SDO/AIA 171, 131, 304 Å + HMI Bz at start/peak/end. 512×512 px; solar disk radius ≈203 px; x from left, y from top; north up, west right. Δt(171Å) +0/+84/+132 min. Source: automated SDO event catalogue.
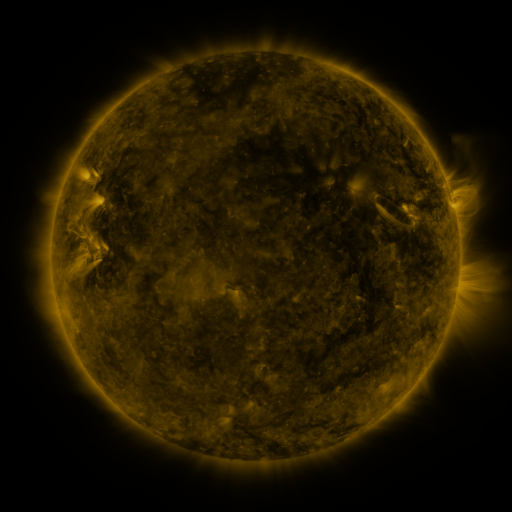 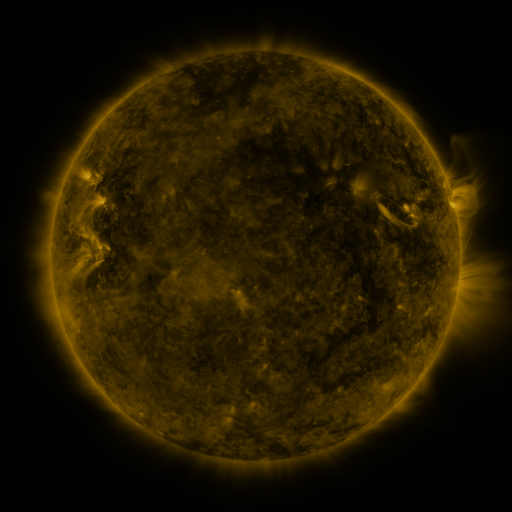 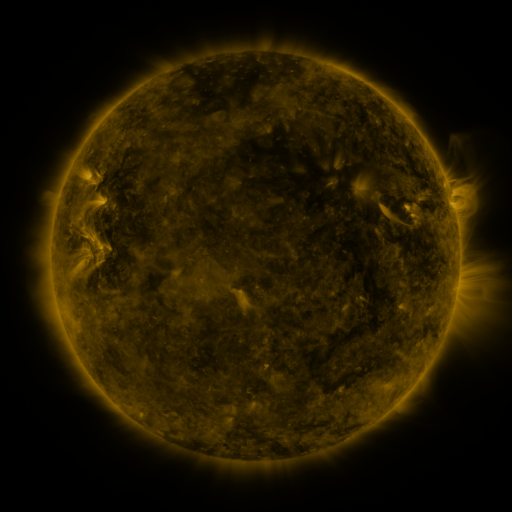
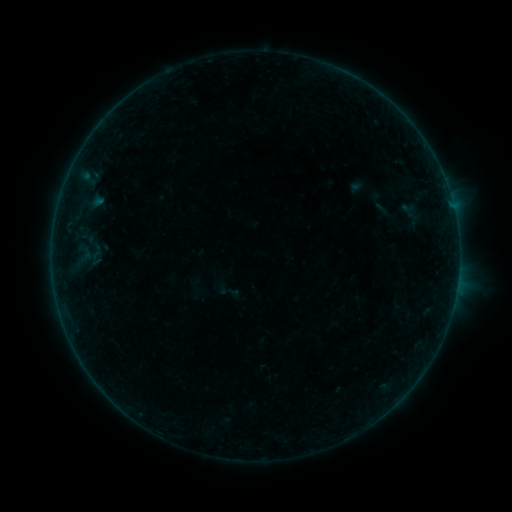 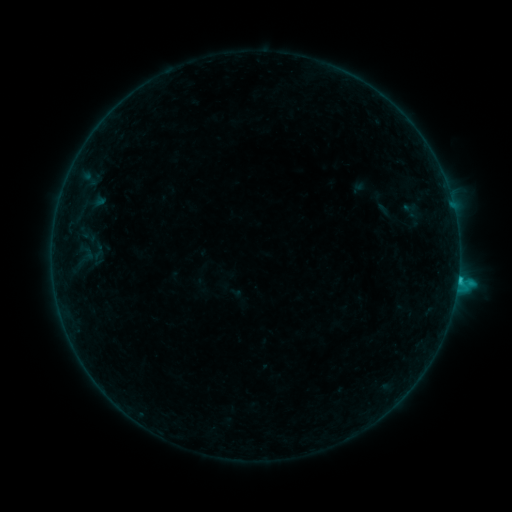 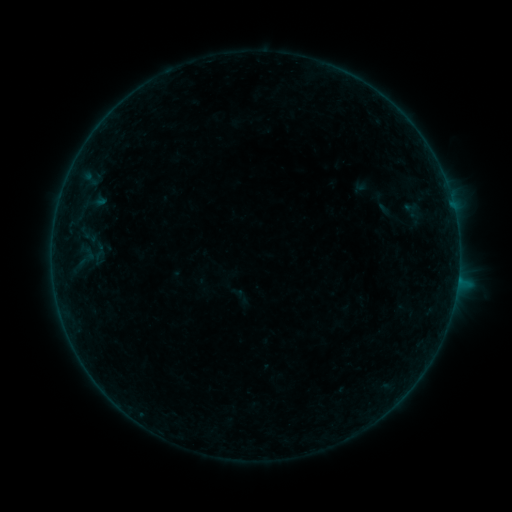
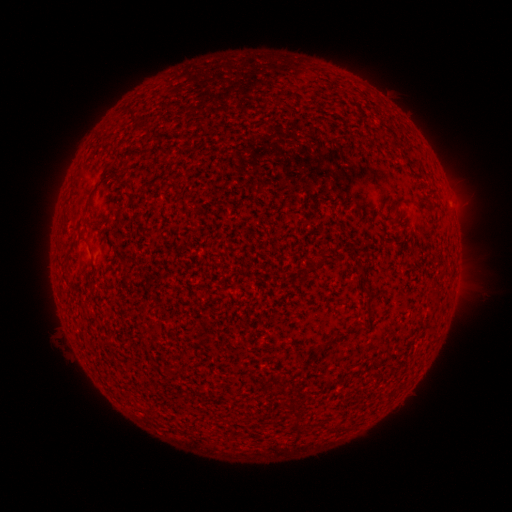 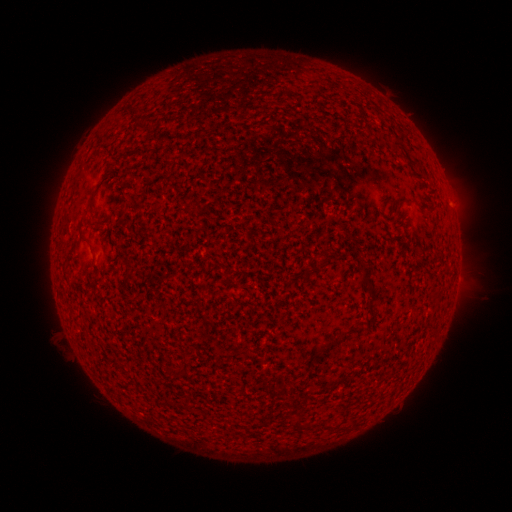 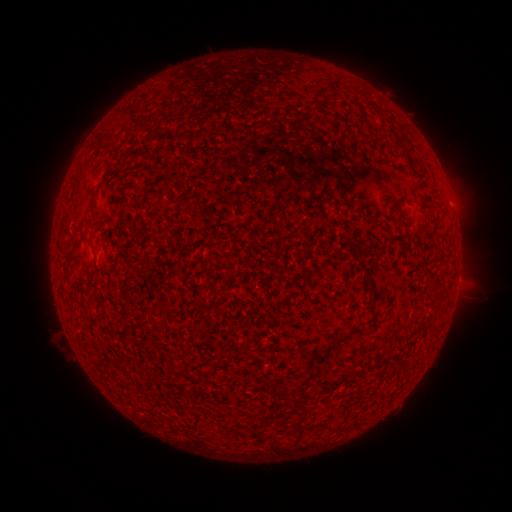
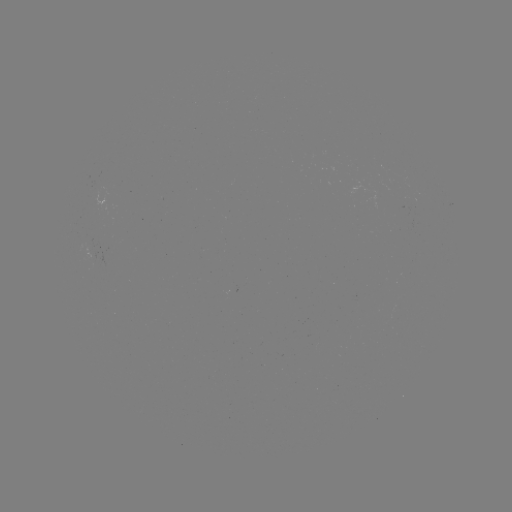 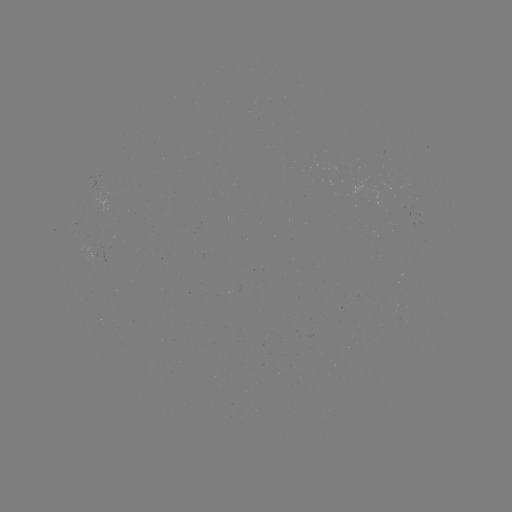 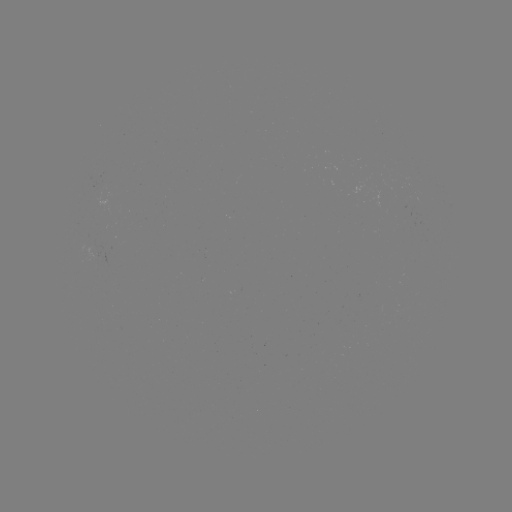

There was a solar flare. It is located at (458, 277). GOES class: C1.4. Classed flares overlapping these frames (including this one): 2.